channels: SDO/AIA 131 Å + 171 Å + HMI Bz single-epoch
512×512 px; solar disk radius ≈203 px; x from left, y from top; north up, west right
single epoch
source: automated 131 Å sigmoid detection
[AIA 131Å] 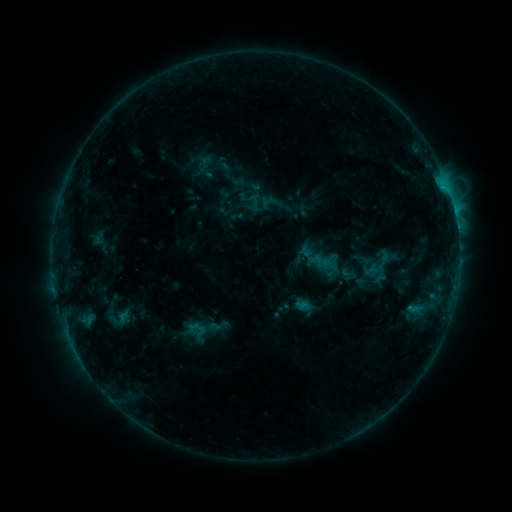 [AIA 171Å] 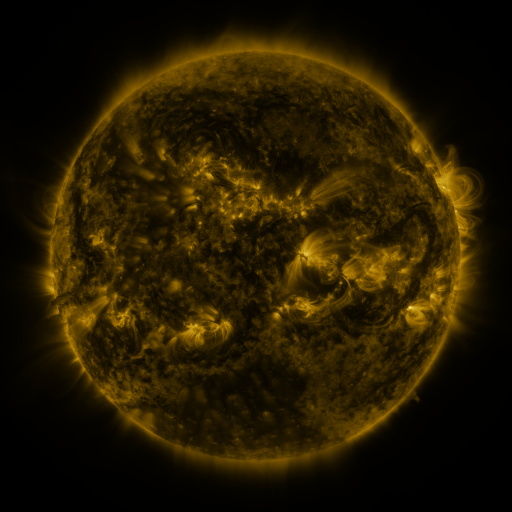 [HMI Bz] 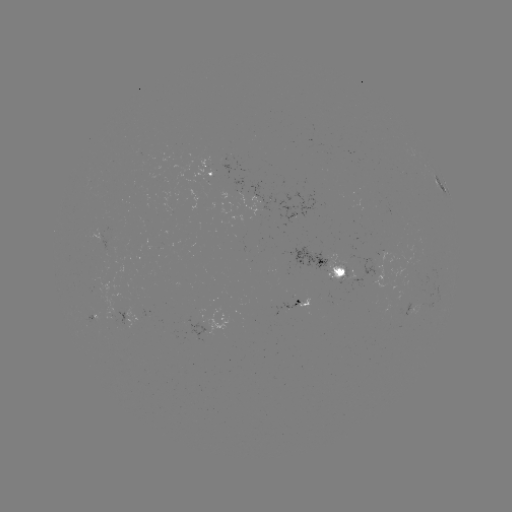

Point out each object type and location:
sigmoid: (348, 273)
